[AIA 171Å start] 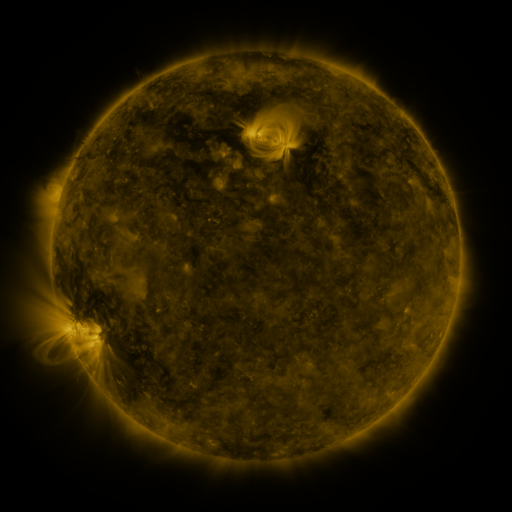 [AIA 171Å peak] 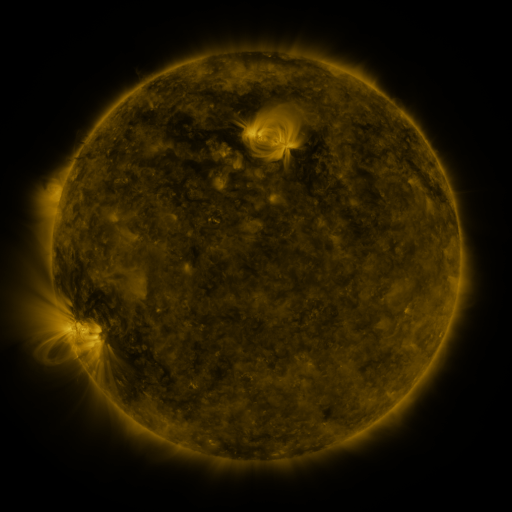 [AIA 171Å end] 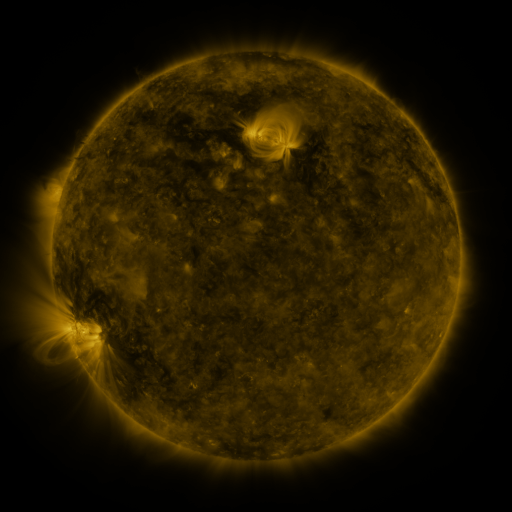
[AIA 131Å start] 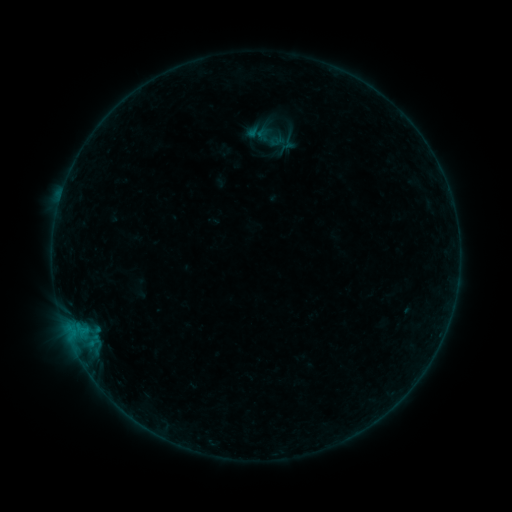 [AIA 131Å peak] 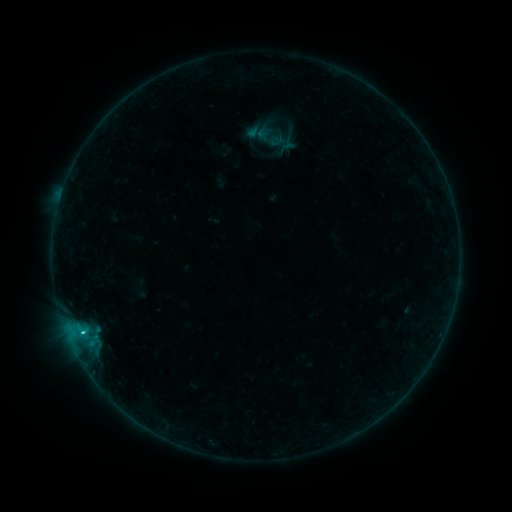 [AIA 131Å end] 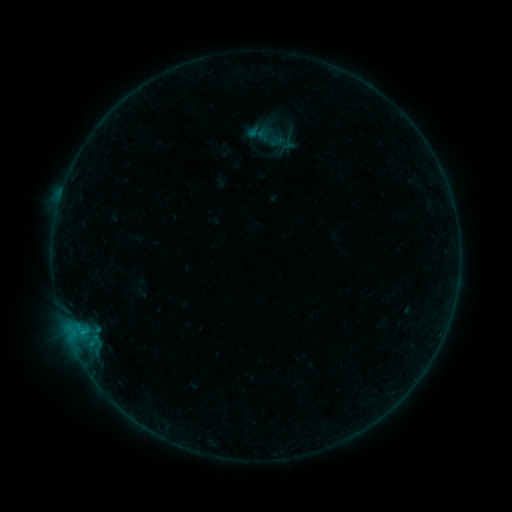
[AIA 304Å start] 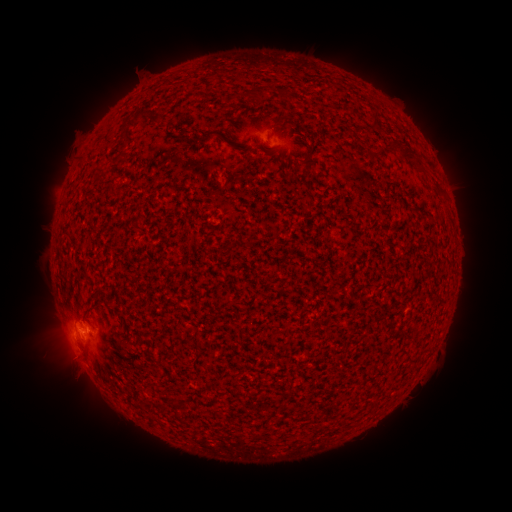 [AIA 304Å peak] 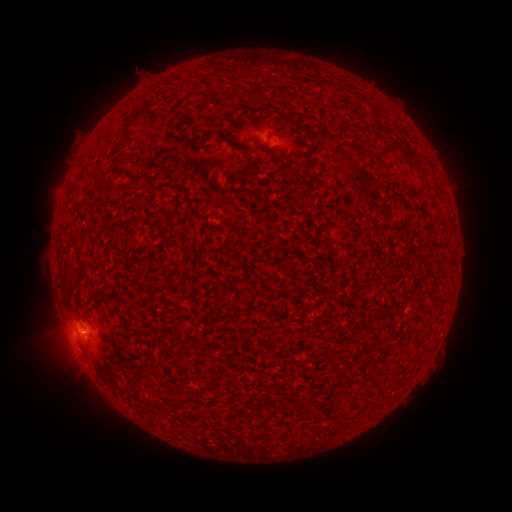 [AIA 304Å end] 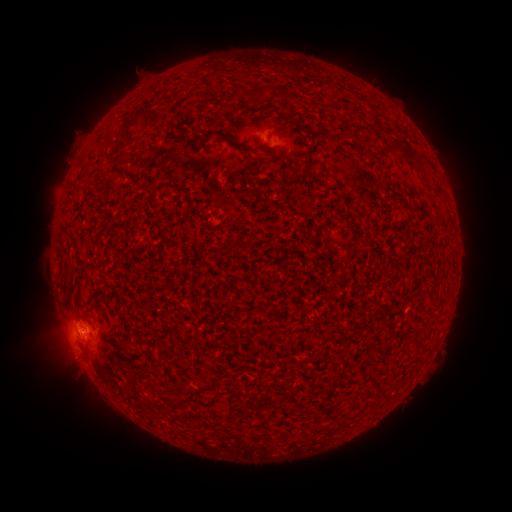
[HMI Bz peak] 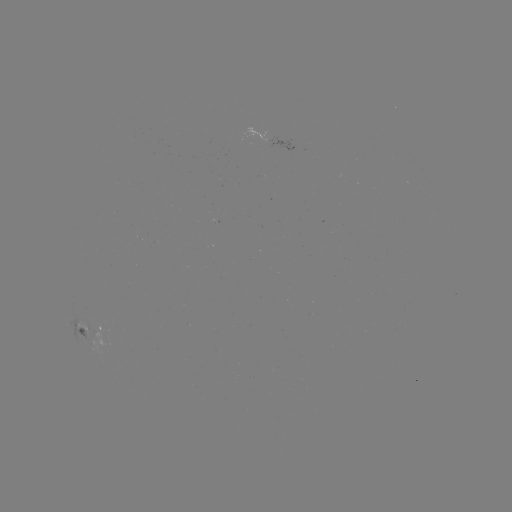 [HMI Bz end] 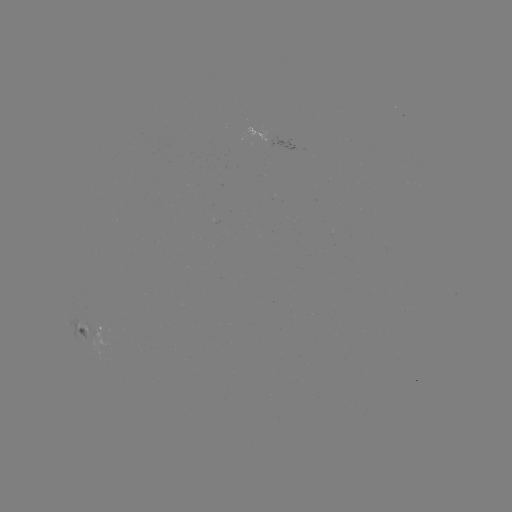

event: flare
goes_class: B8.4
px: (84, 331)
